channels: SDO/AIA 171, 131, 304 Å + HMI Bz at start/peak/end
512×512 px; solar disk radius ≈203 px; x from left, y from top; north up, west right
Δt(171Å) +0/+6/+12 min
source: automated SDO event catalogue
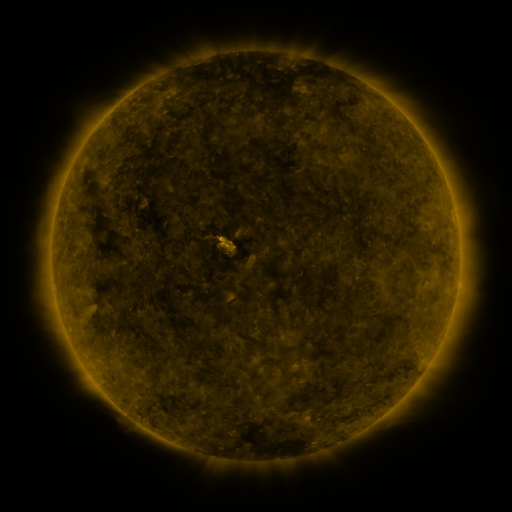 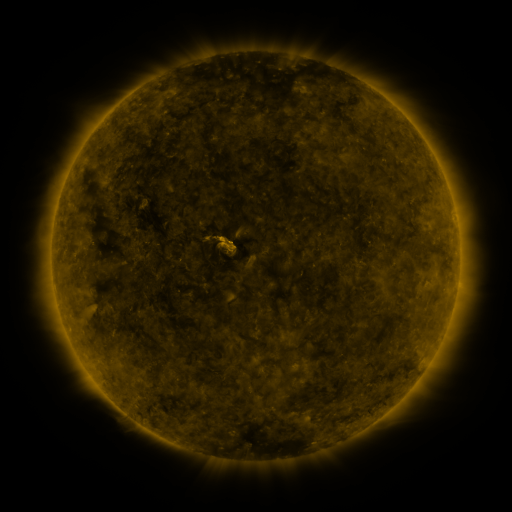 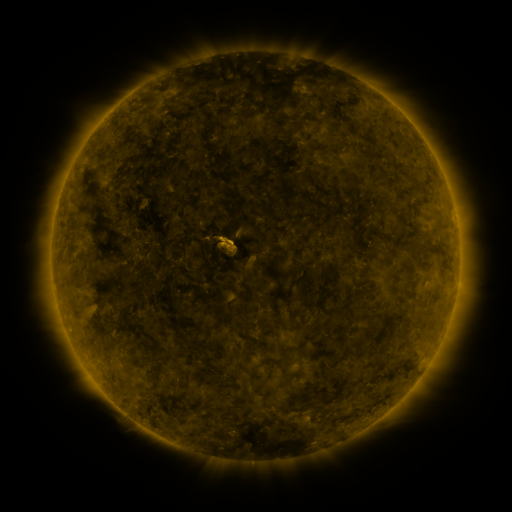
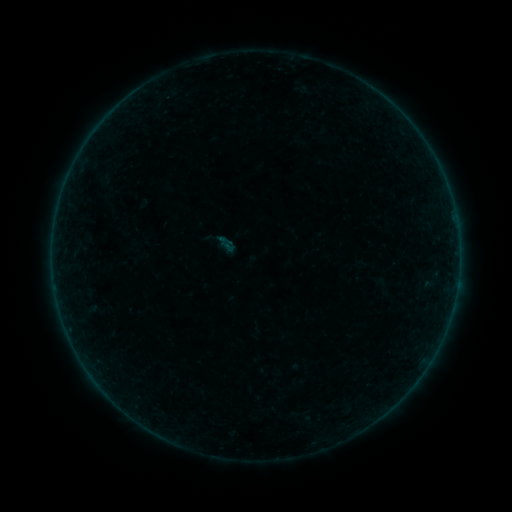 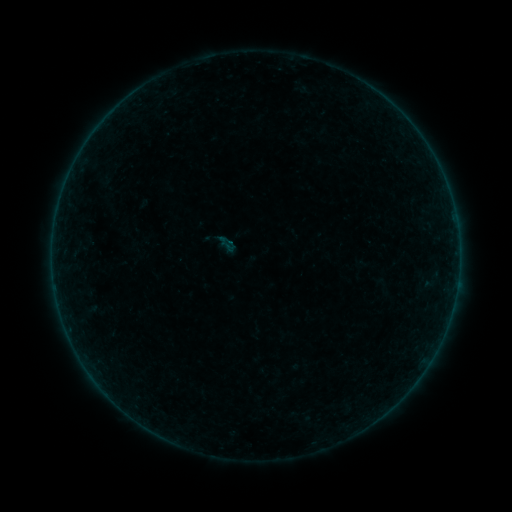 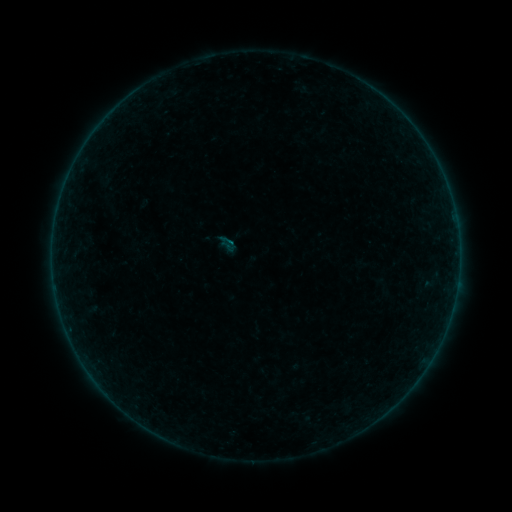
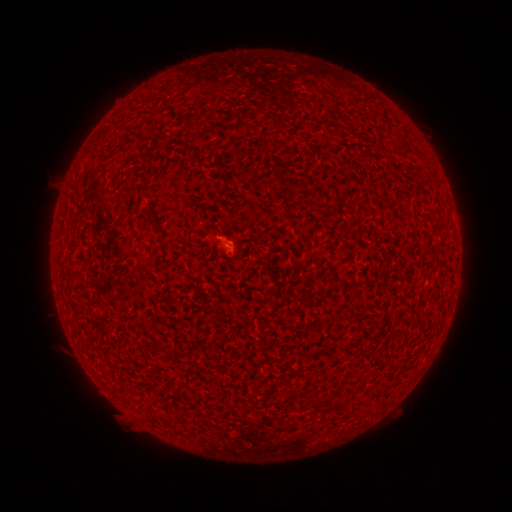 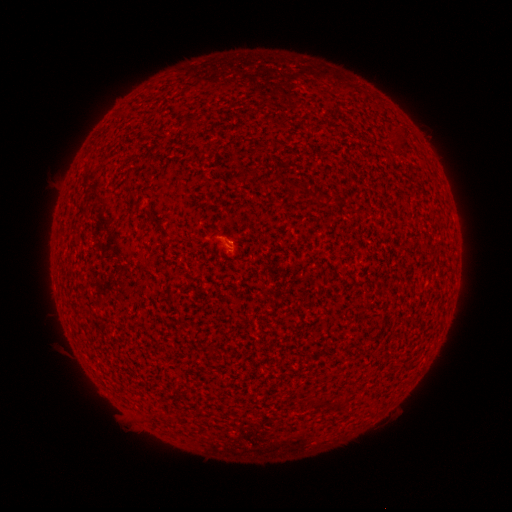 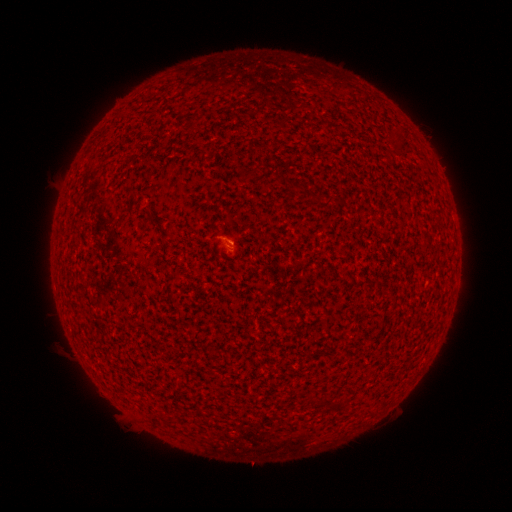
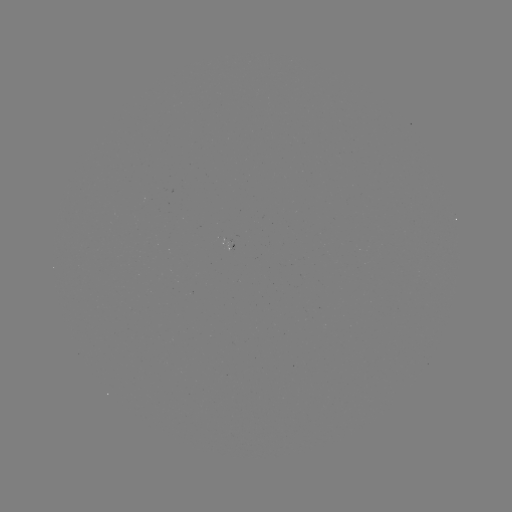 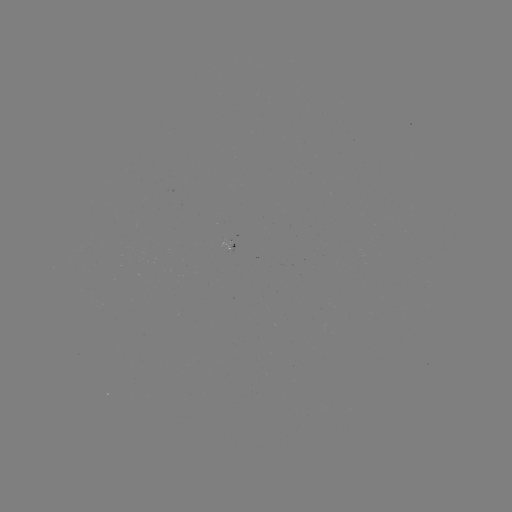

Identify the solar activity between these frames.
A4.3 flare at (234, 244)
